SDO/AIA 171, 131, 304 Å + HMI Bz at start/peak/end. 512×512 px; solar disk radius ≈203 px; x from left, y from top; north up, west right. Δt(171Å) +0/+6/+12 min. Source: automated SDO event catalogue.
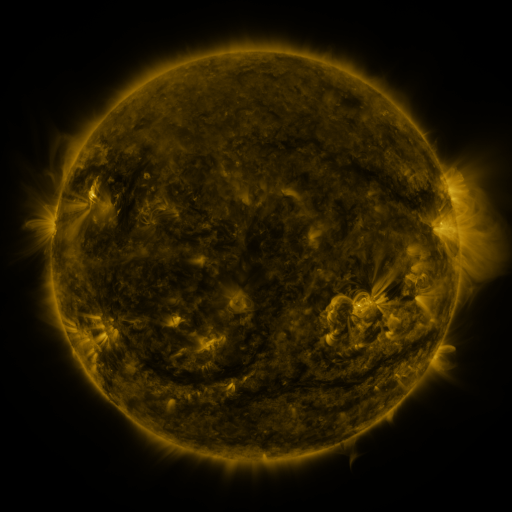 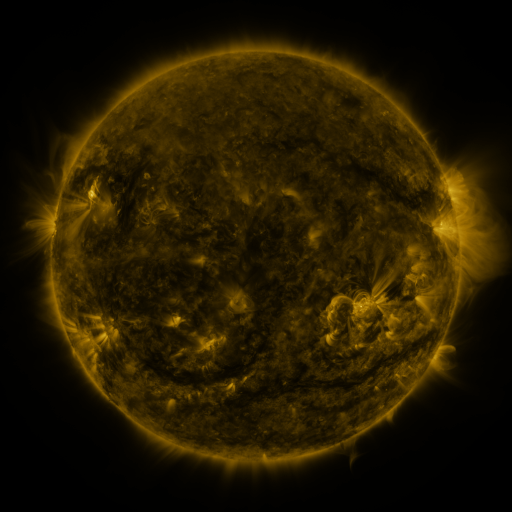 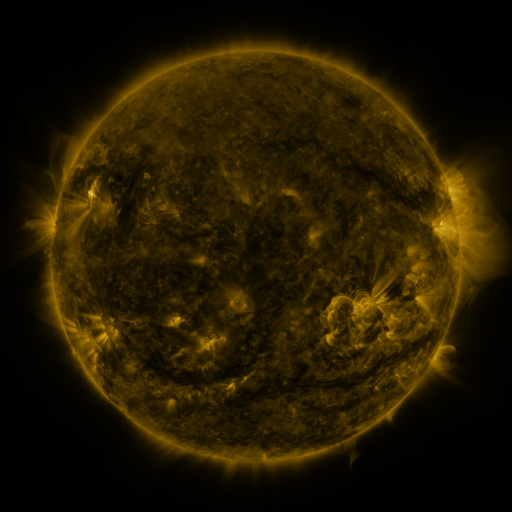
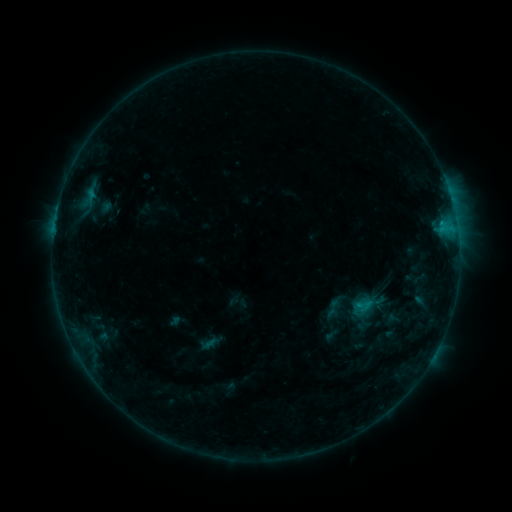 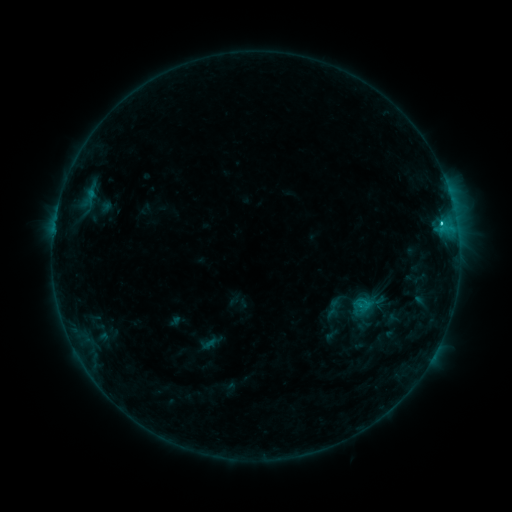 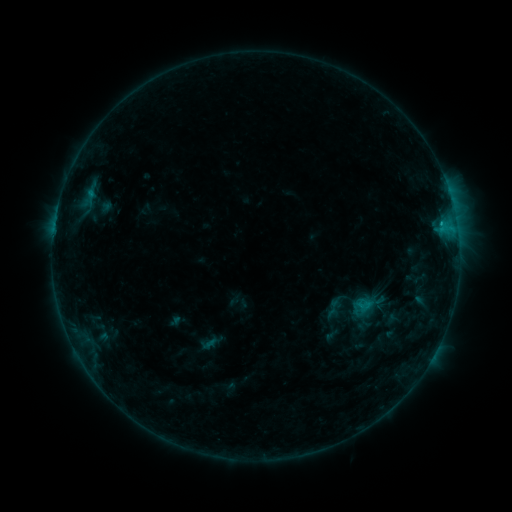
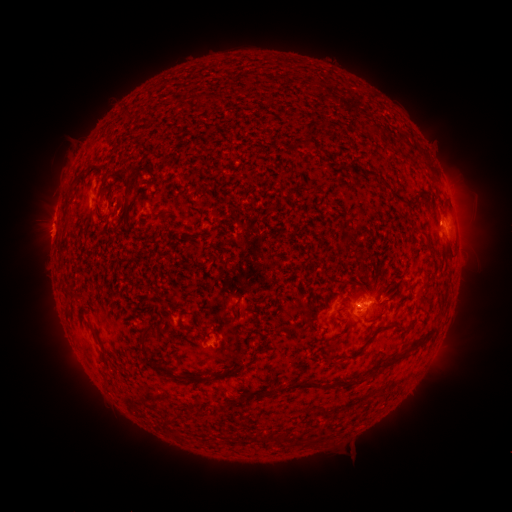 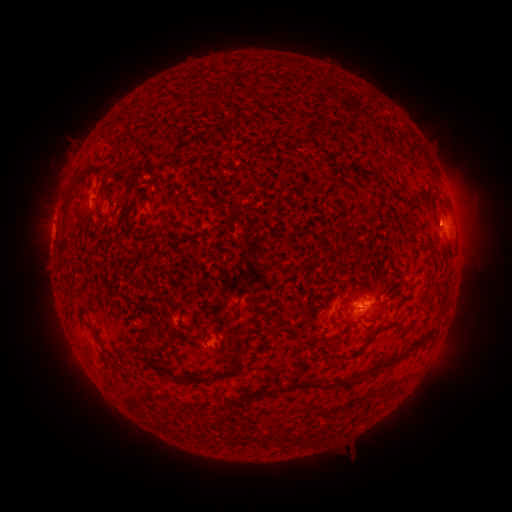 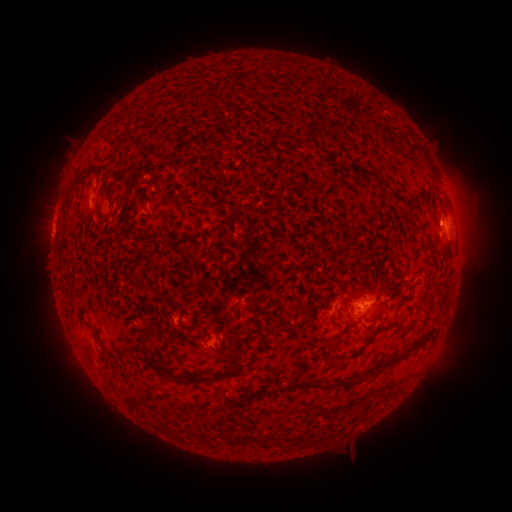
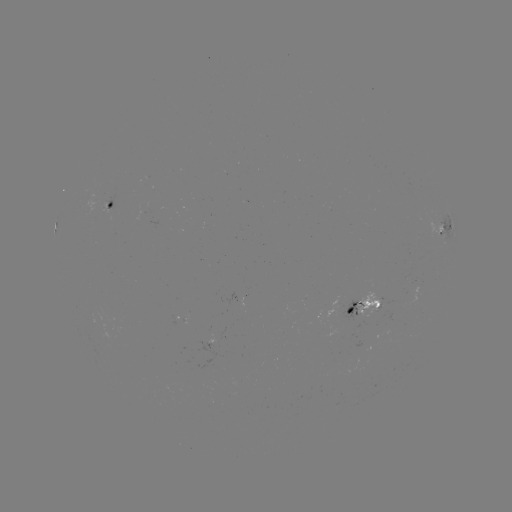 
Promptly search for C1.7 flare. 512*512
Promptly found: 441,225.